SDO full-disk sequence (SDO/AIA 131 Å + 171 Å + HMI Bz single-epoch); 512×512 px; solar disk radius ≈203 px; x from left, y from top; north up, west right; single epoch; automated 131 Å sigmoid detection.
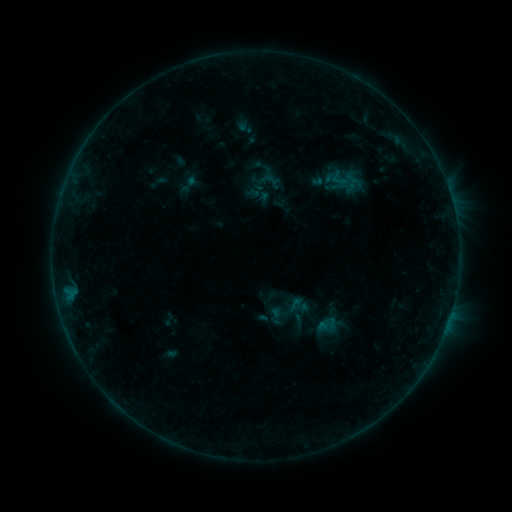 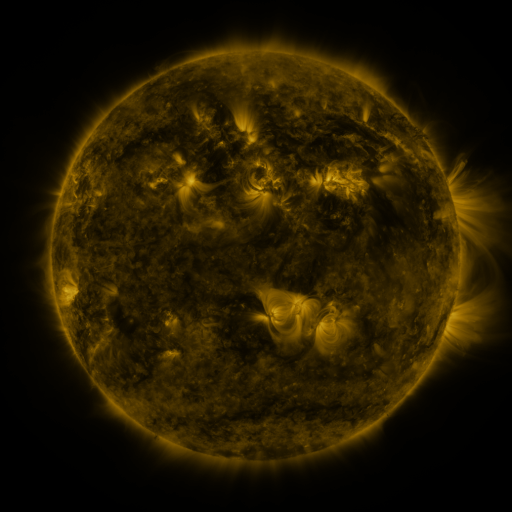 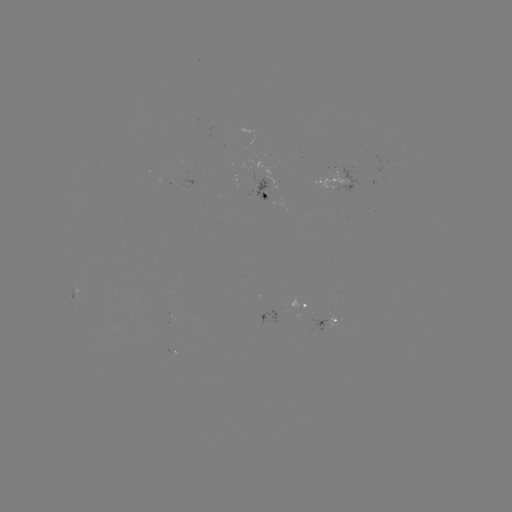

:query sigmoid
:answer [295, 304]